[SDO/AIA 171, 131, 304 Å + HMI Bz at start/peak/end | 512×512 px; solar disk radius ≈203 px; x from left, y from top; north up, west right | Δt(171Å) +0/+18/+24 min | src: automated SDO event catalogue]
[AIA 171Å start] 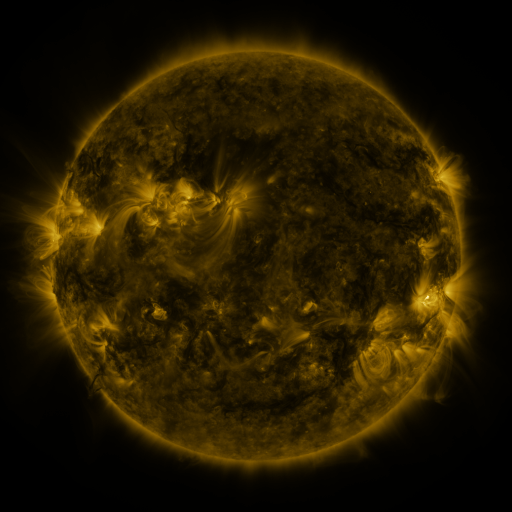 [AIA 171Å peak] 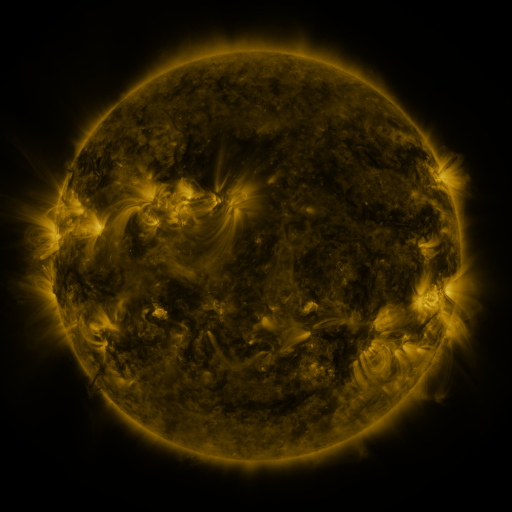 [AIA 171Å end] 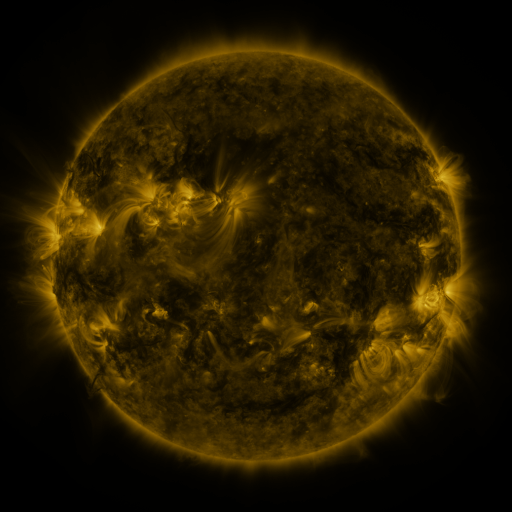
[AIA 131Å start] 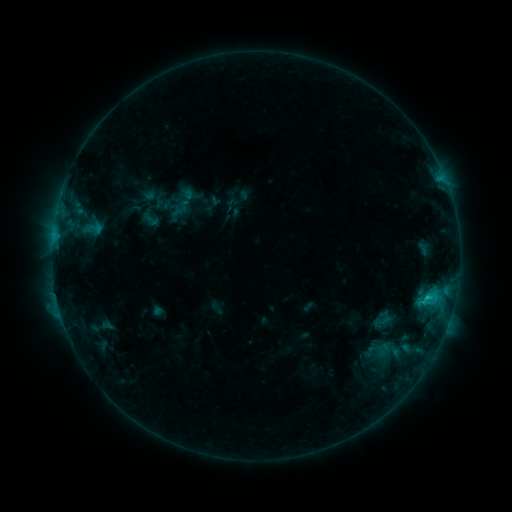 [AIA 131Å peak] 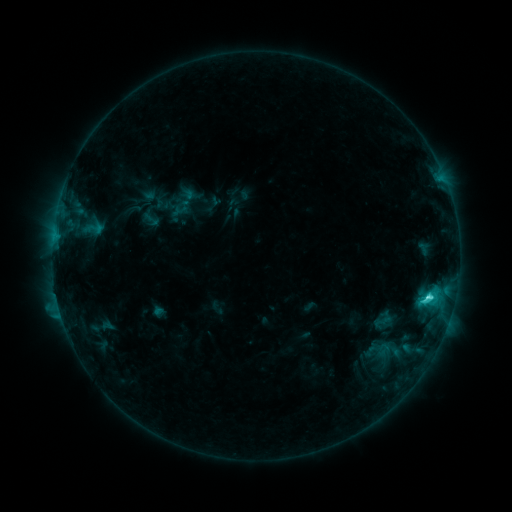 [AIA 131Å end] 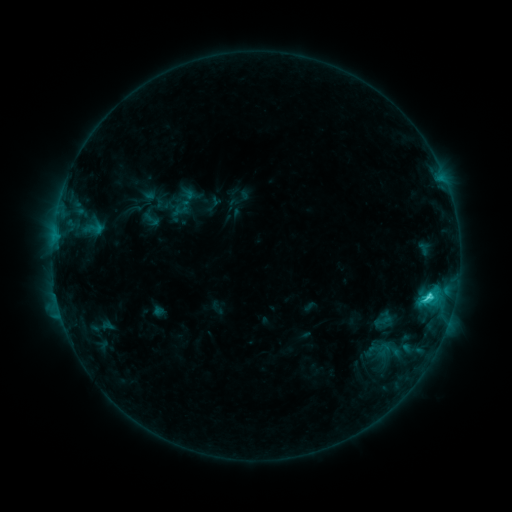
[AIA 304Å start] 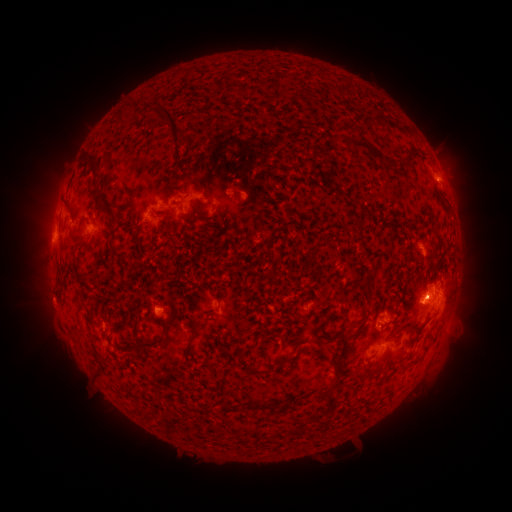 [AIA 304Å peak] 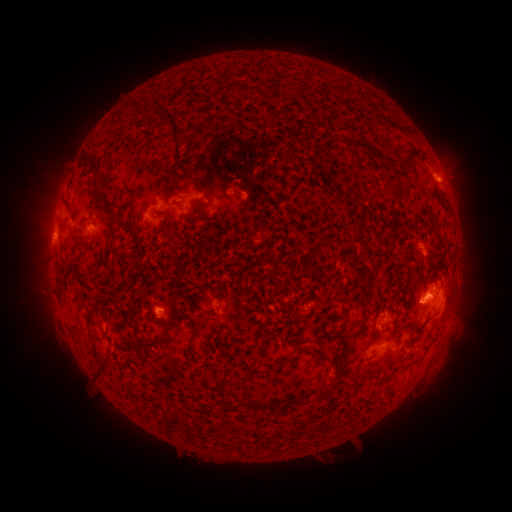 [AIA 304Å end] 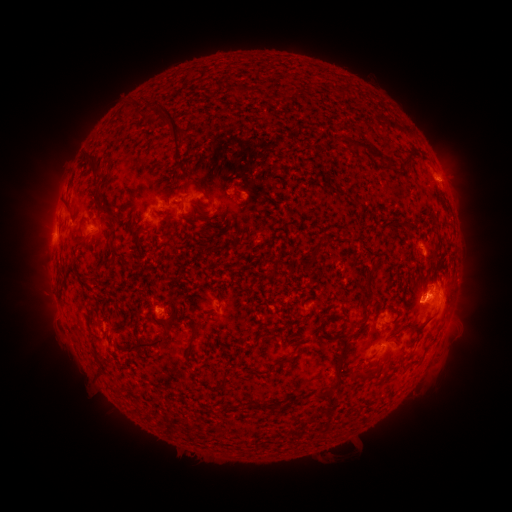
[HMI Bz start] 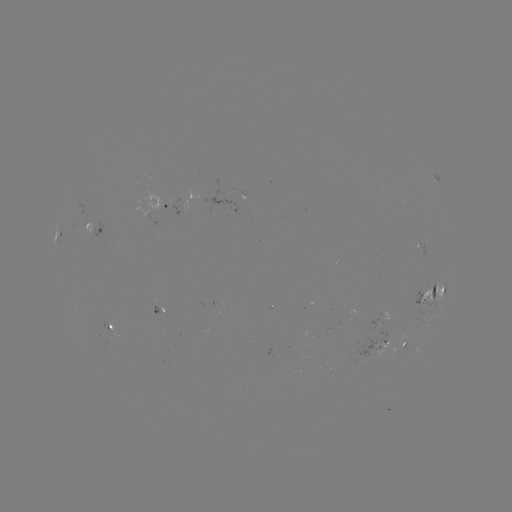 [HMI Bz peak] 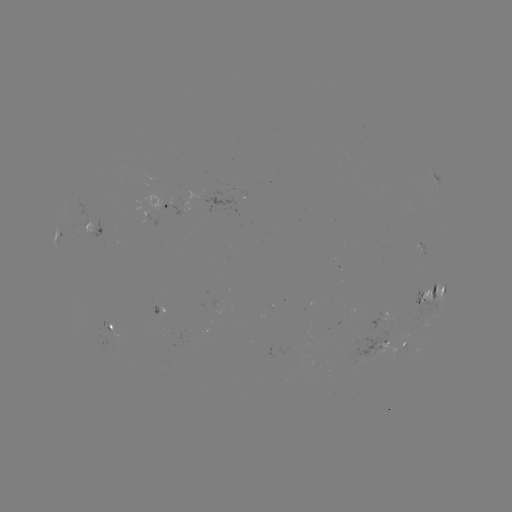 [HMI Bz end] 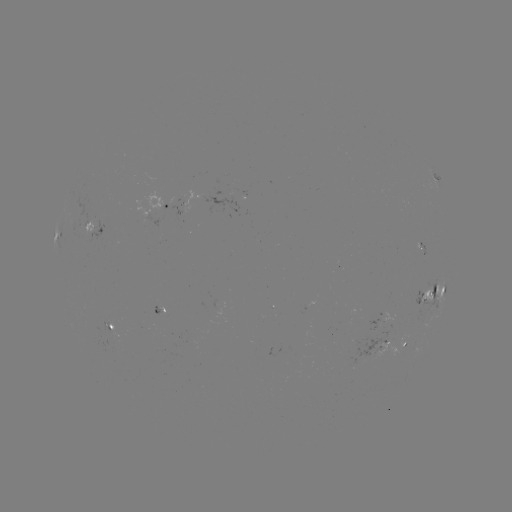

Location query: C4.8 flare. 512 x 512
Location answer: (426, 298).